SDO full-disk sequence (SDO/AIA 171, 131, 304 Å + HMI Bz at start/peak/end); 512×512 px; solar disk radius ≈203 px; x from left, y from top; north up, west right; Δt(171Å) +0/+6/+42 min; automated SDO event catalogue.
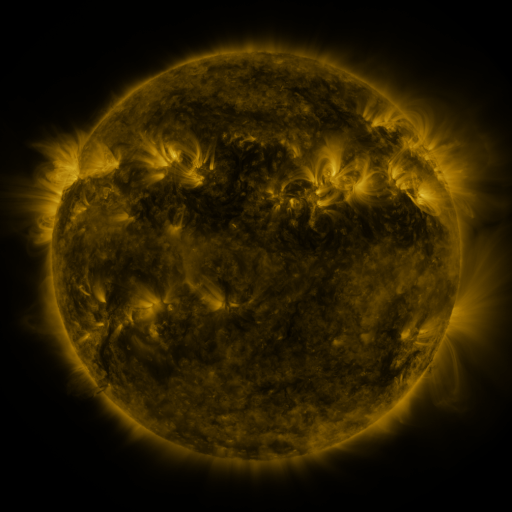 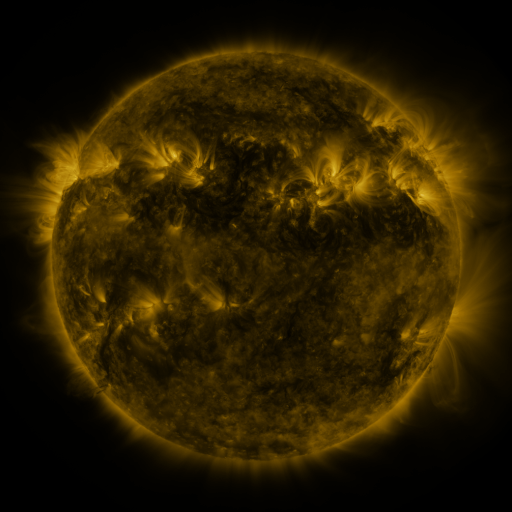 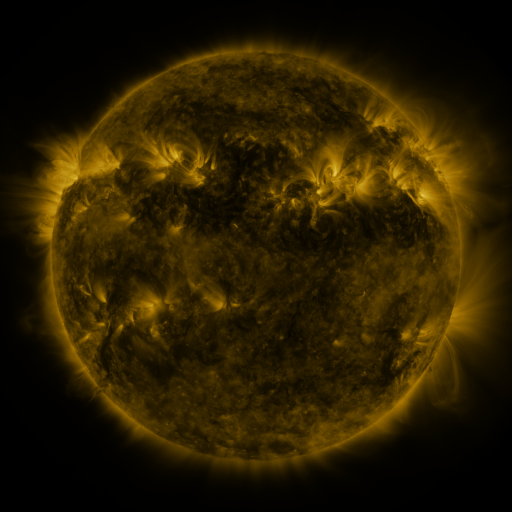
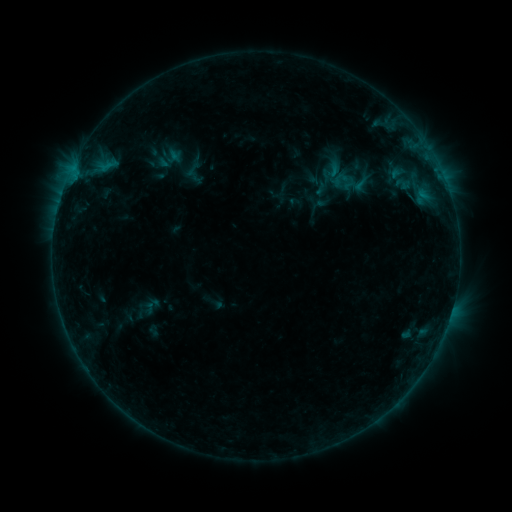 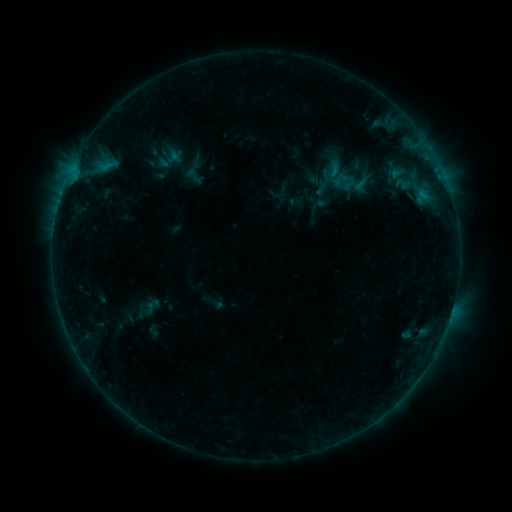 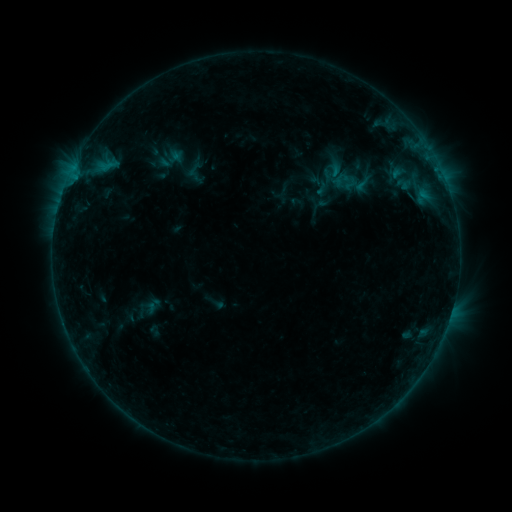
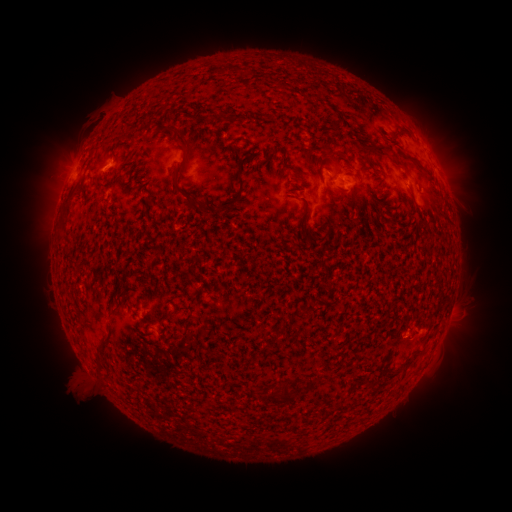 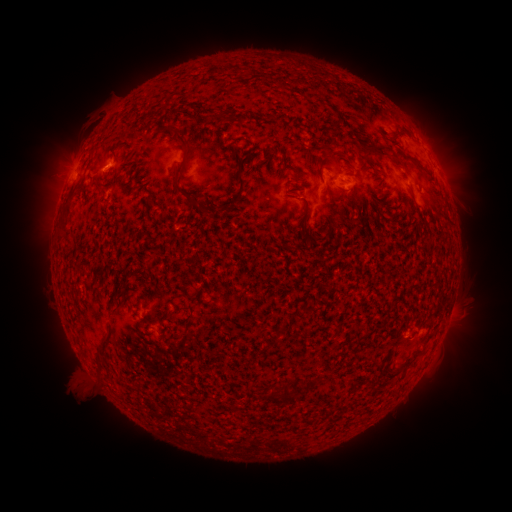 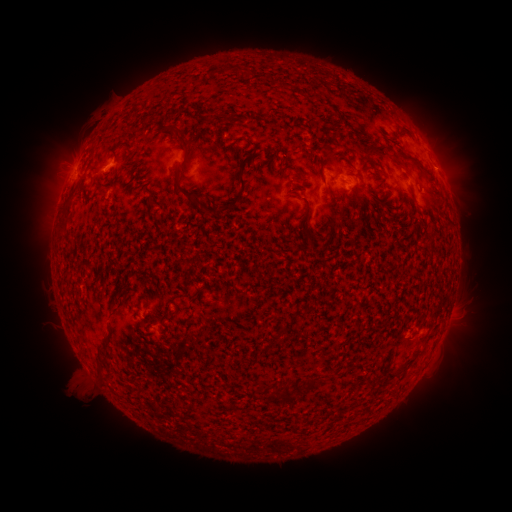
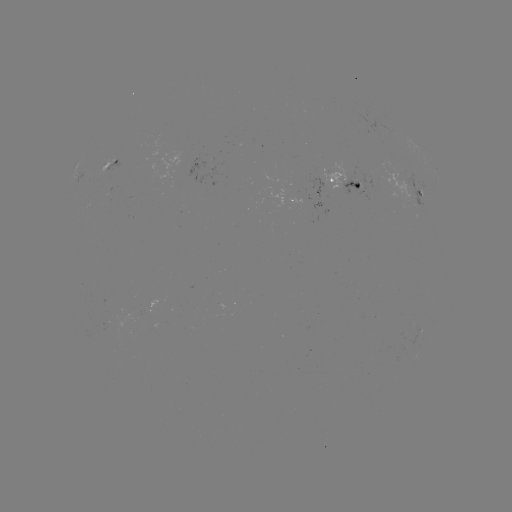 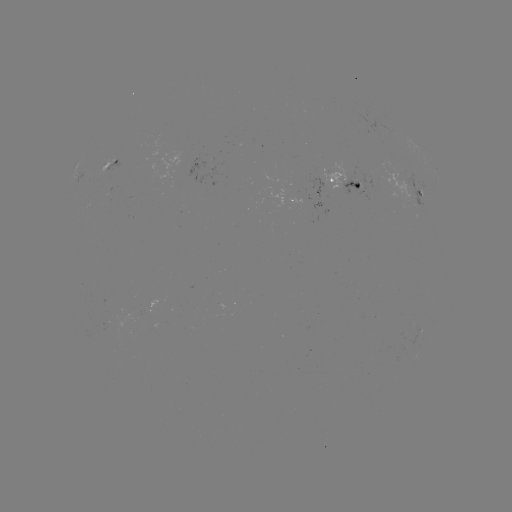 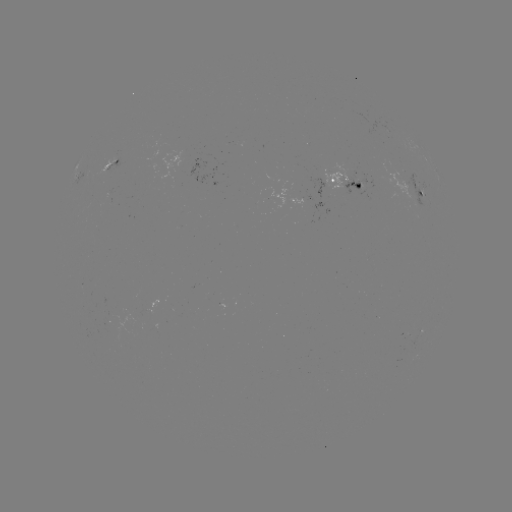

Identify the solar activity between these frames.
emerging-flux region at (113, 161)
